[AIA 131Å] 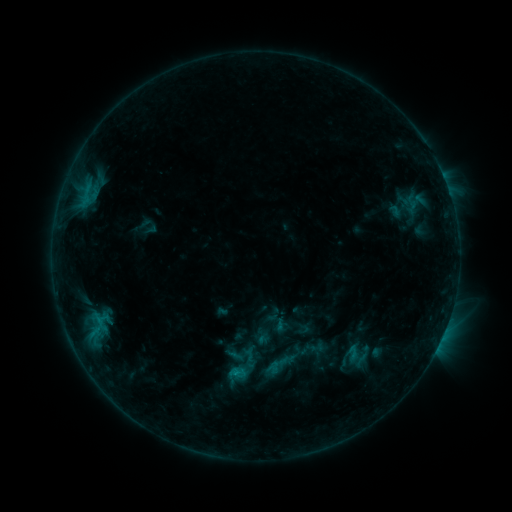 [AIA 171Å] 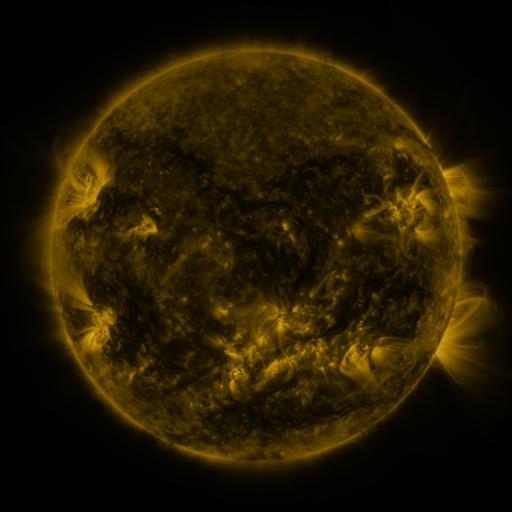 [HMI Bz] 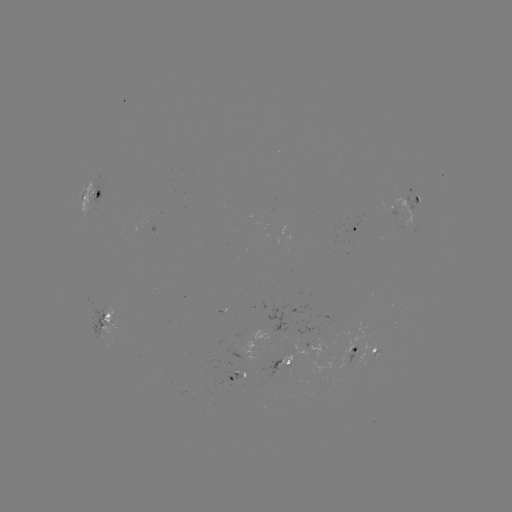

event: sigmoid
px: (280, 365)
